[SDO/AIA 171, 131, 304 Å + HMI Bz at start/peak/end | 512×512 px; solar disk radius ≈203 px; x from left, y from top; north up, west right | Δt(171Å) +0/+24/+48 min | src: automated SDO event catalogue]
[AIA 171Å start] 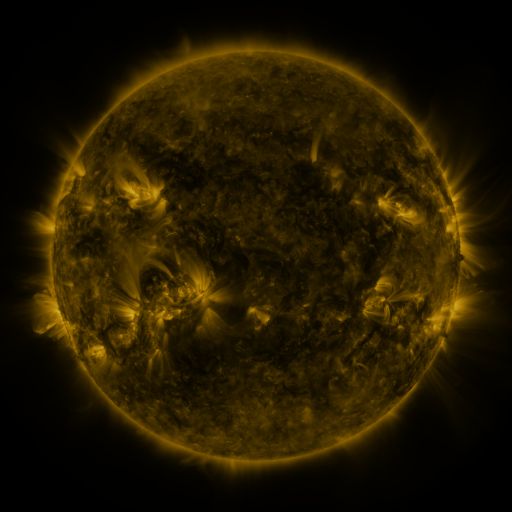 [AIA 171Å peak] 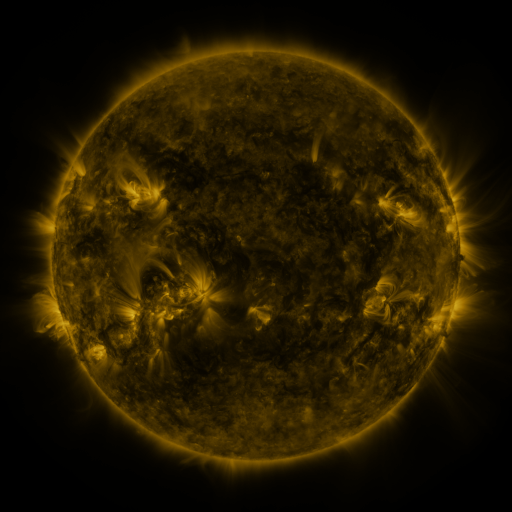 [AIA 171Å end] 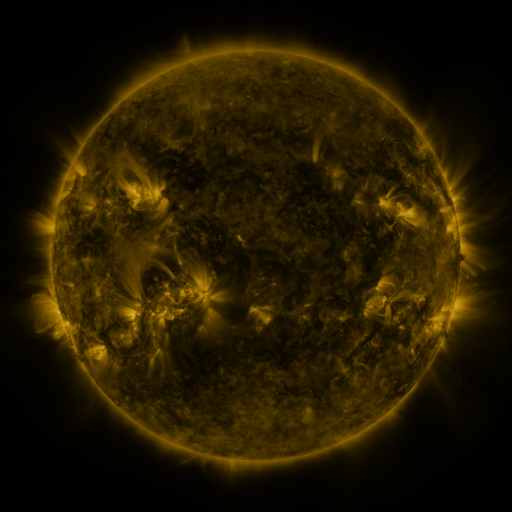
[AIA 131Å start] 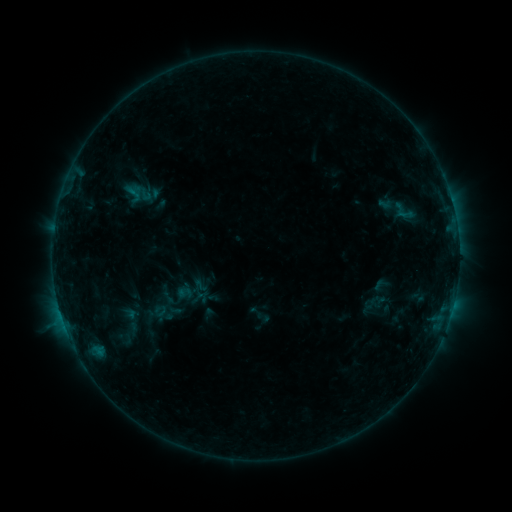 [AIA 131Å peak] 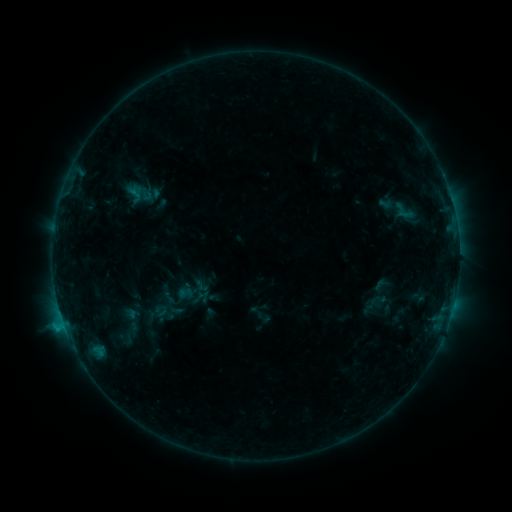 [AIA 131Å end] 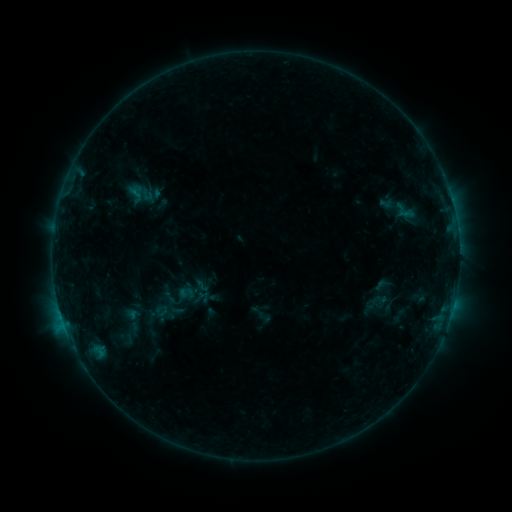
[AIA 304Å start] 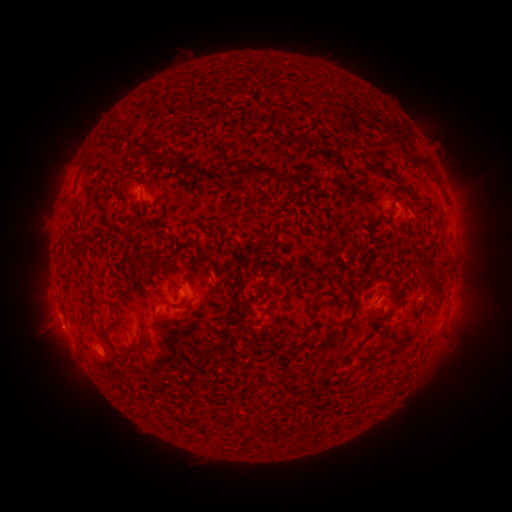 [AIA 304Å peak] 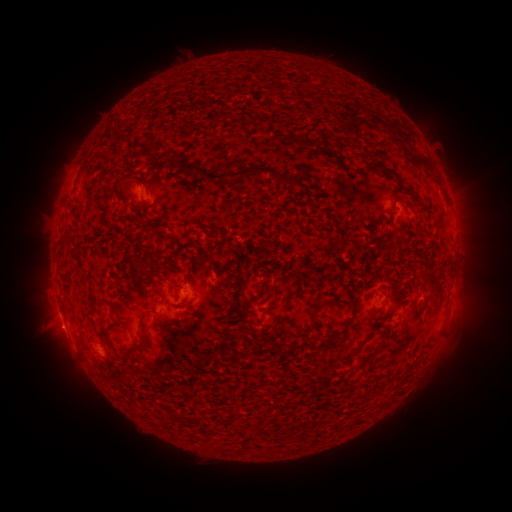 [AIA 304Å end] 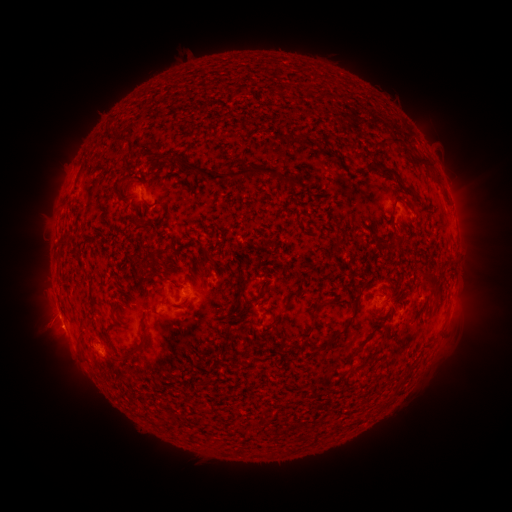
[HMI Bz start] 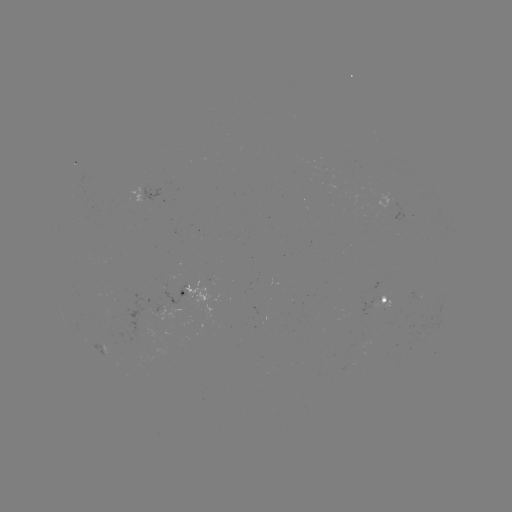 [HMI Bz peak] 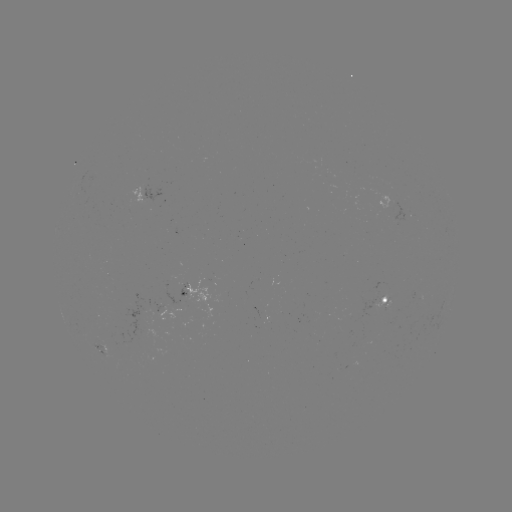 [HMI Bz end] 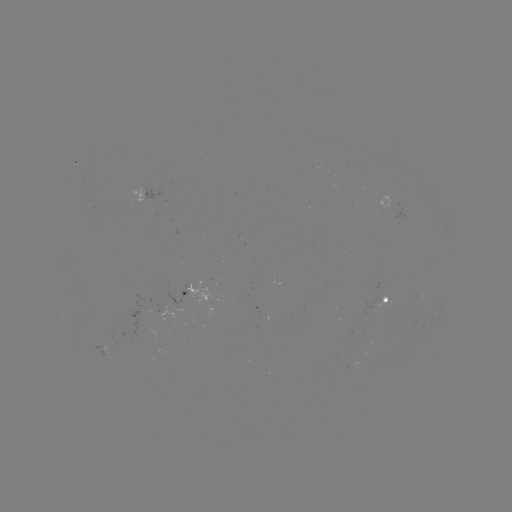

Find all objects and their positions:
B8.7 flare: (65, 325)
